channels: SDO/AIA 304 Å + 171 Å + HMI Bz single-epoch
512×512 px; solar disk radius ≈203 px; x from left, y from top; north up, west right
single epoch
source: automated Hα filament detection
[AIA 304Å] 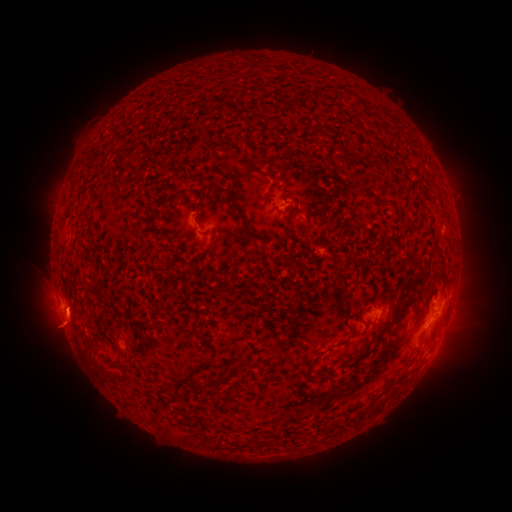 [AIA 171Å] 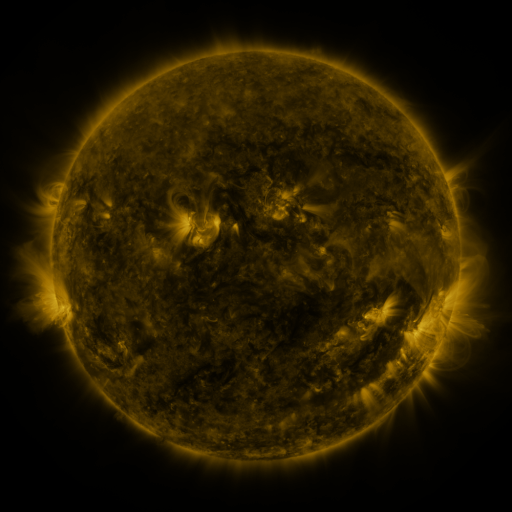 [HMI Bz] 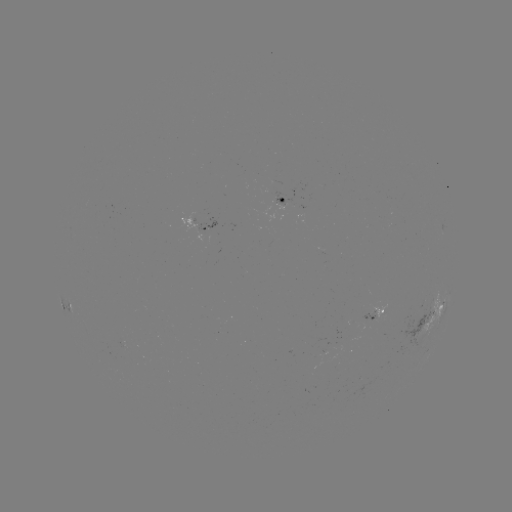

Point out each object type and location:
filament: <bbox>362, 155, 371, 167</bbox>
filament: <bbox>246, 156, 264, 168</bbox>
filament: <bbox>371, 196, 388, 205</bbox>
filament: <bbox>228, 198, 266, 242</bbox>
filament: <bbox>193, 223, 198, 231</bbox>
filament: <bbox>276, 234, 289, 243</bbox>
filament: <bbox>195, 246, 216, 264</bbox>
filament: <bbox>418, 282, 427, 291</bbox>
filament: <bbox>358, 305, 403, 360</bbox>
filament: <bbox>346, 323, 356, 340</bbox>
filament: <bbox>89, 335, 103, 352</bbox>
filament: <bbox>311, 348, 323, 355</bbox>
filament: <bbox>240, 356, 260, 369</bbox>
filament: <bbox>398, 362, 420, 381</bbox>
filament: <bbox>194, 375, 229, 390</bbox>
filament: <bbox>153, 410, 165, 422</bbox>
